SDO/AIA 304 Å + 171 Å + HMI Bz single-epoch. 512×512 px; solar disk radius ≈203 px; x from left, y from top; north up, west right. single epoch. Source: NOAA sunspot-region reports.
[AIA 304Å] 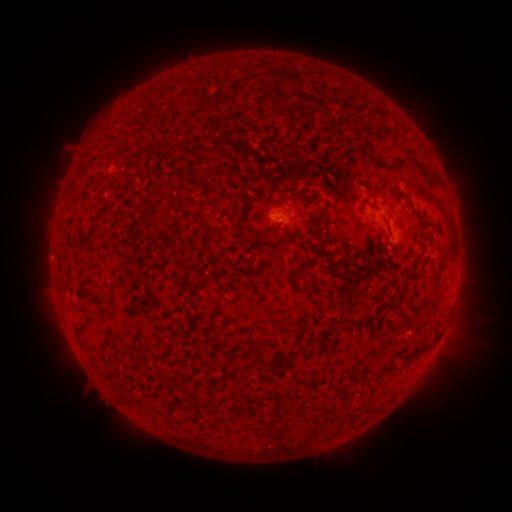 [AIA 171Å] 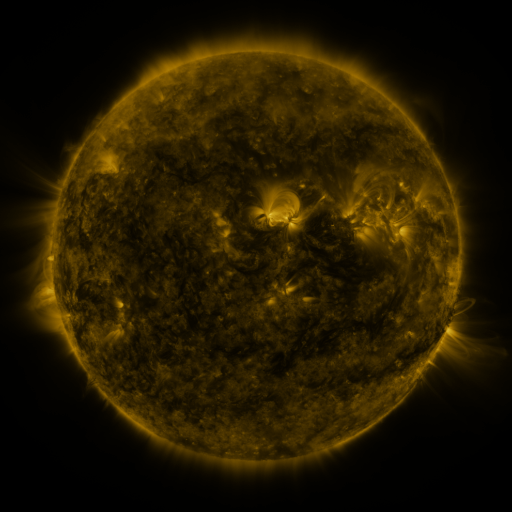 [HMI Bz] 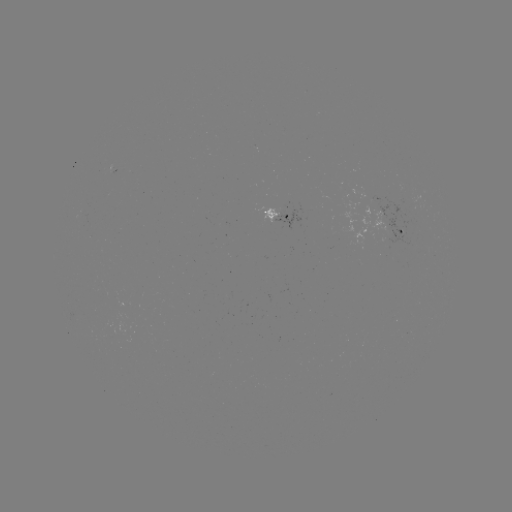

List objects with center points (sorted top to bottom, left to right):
spotted active region: (290, 216)
spotted active region: (405, 232)
